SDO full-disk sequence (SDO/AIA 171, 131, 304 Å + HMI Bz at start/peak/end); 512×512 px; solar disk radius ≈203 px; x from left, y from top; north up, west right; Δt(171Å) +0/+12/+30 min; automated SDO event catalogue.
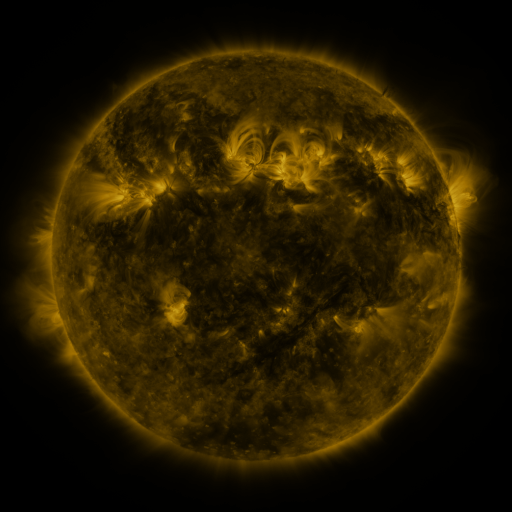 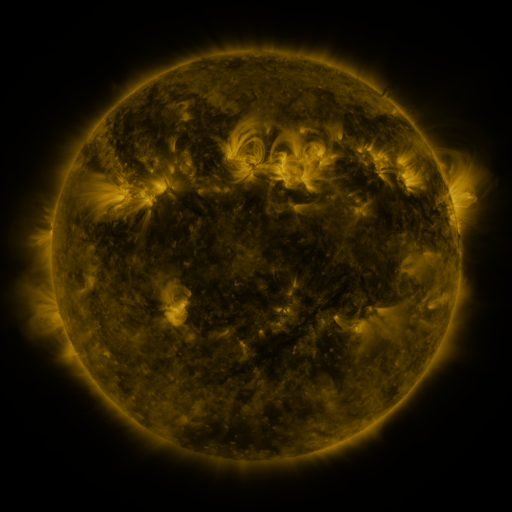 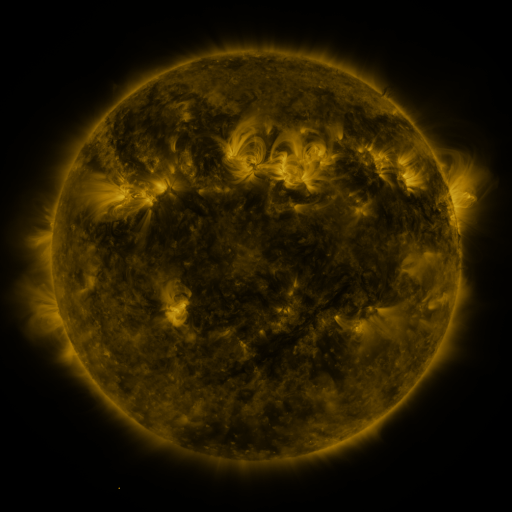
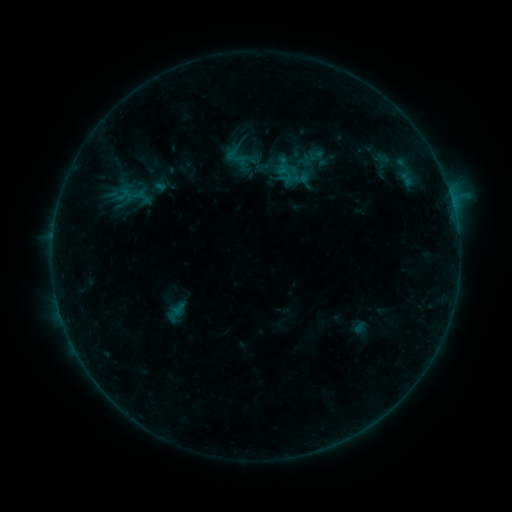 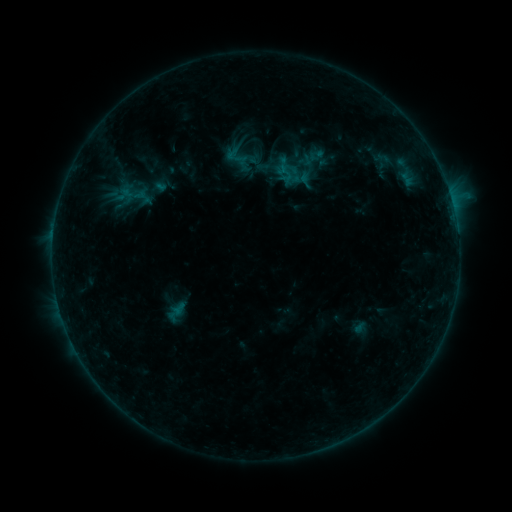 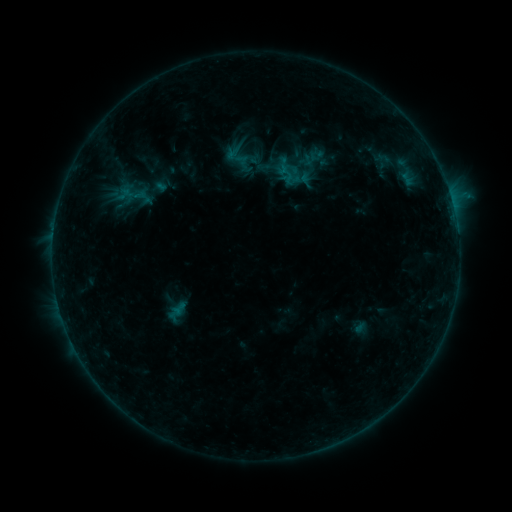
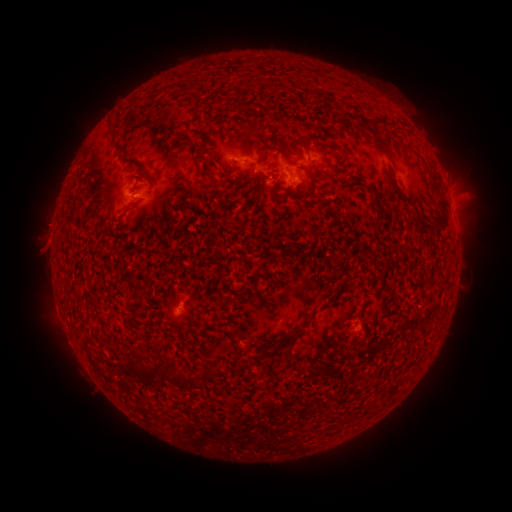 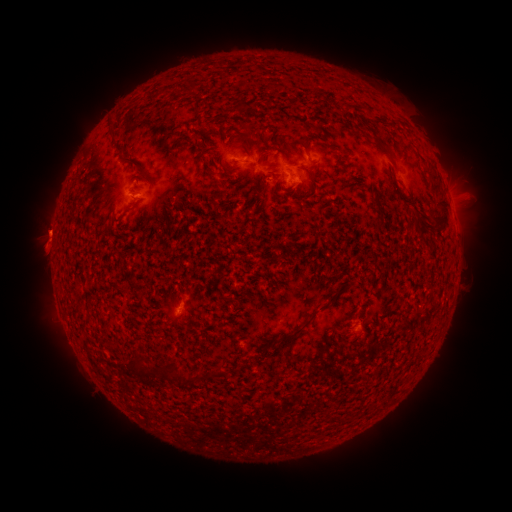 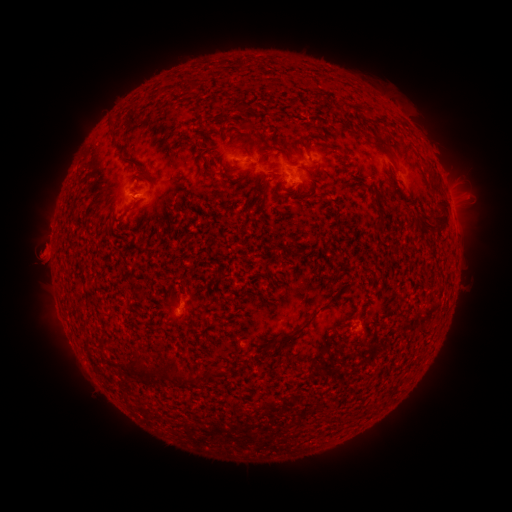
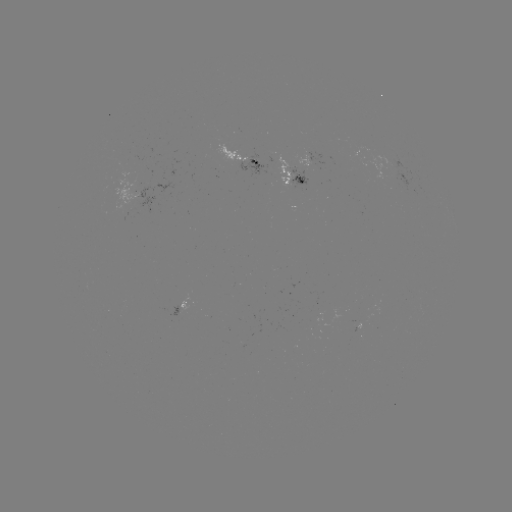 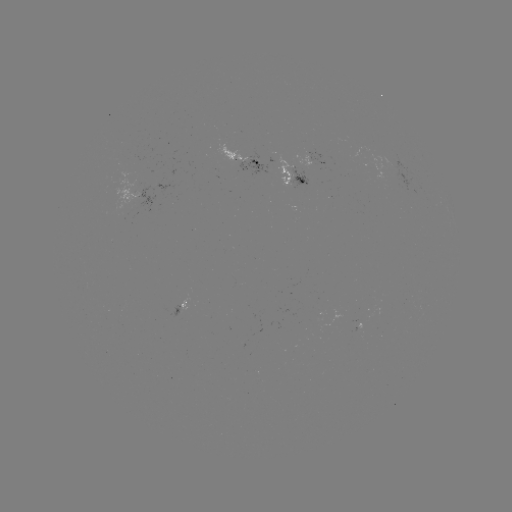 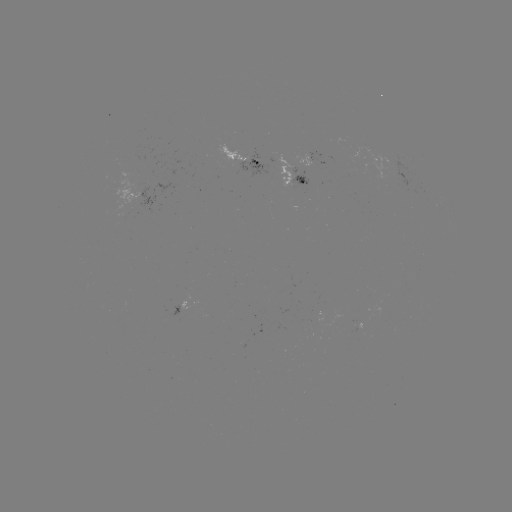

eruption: (13, 192, 76, 297)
